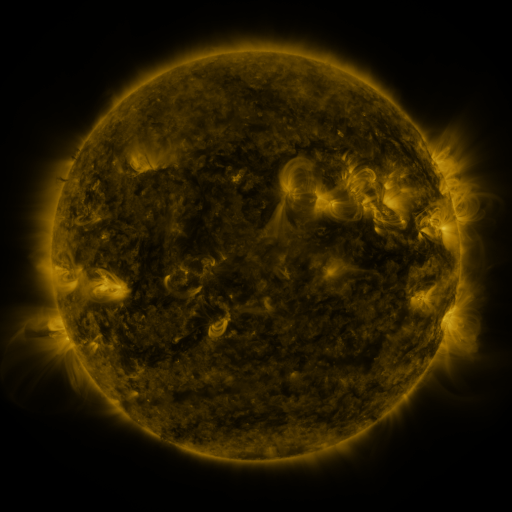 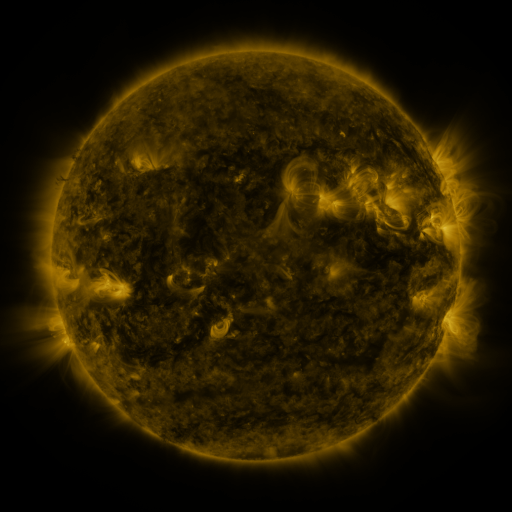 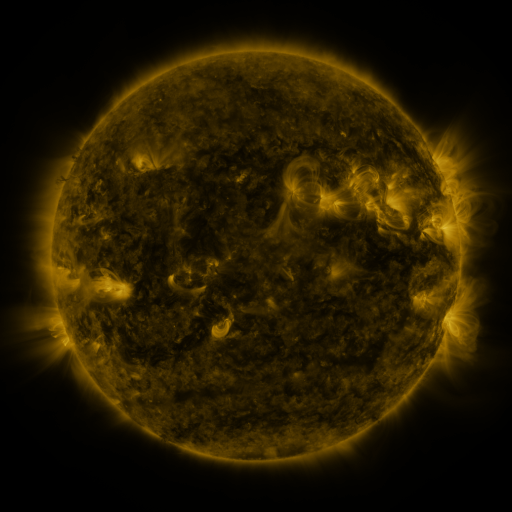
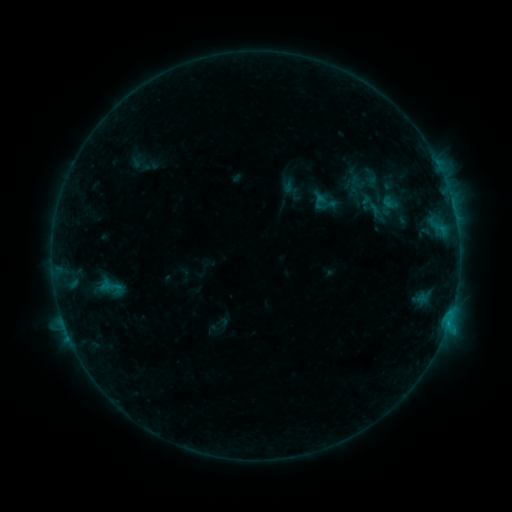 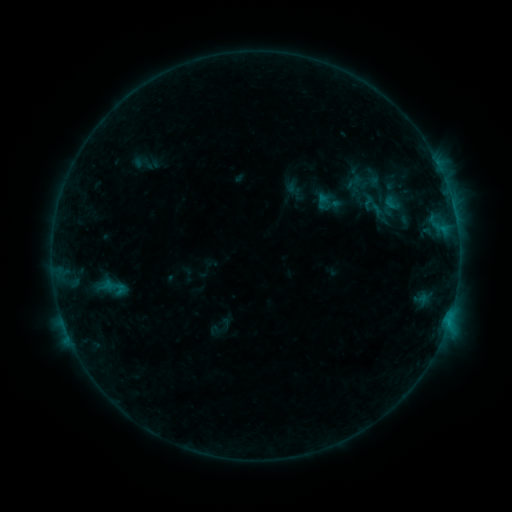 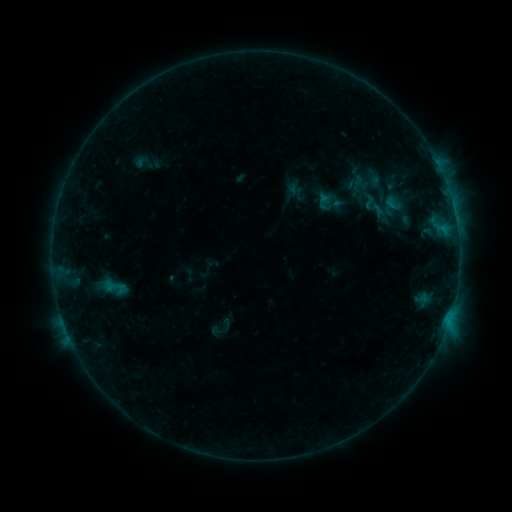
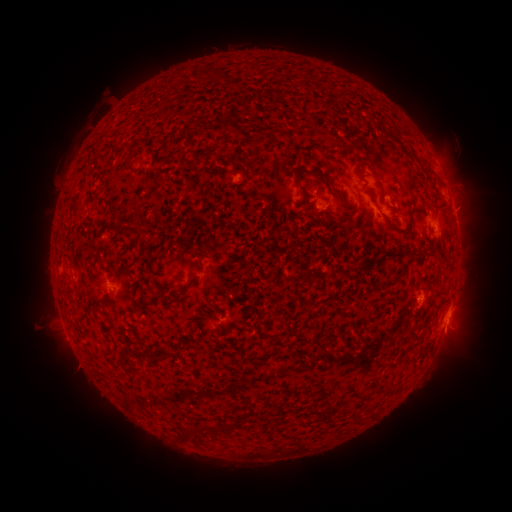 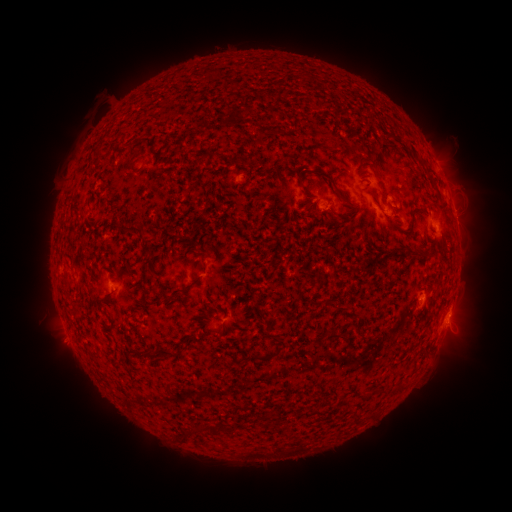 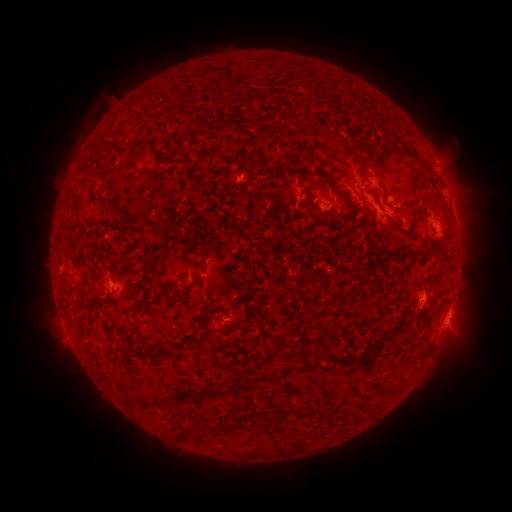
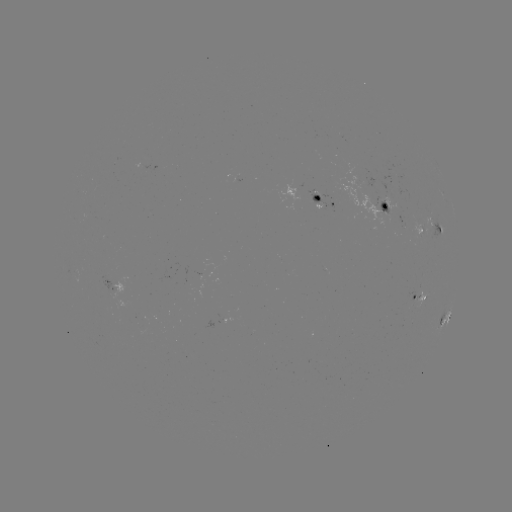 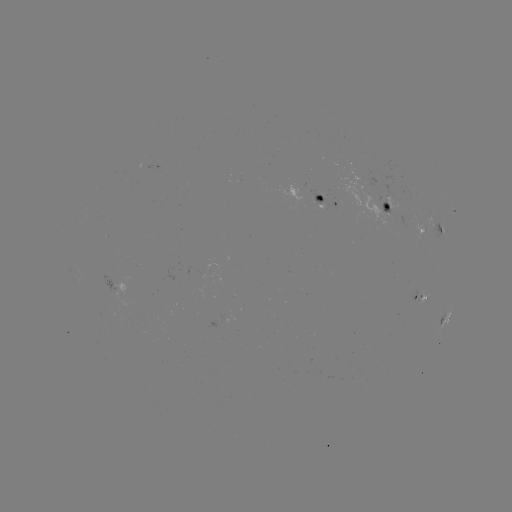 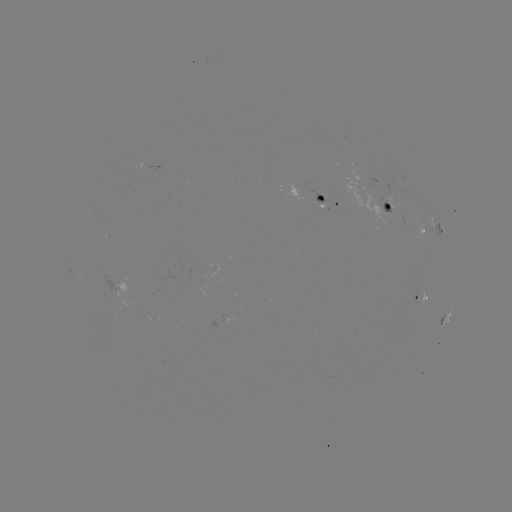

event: emerging-flux region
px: (400, 188)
